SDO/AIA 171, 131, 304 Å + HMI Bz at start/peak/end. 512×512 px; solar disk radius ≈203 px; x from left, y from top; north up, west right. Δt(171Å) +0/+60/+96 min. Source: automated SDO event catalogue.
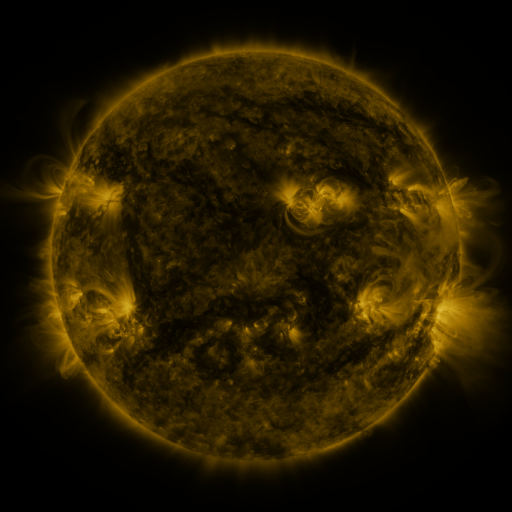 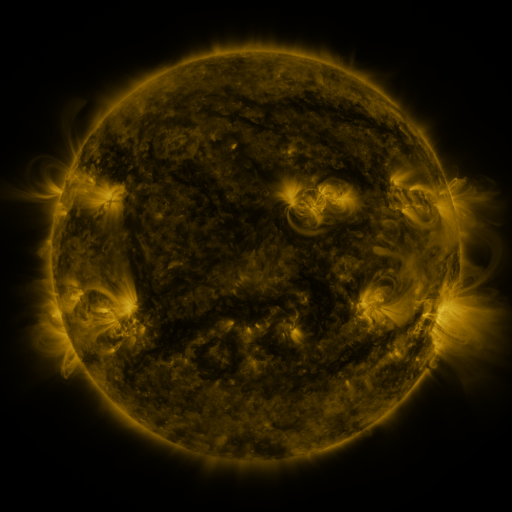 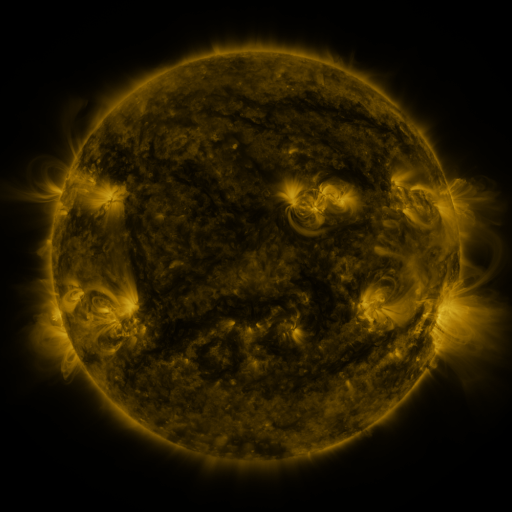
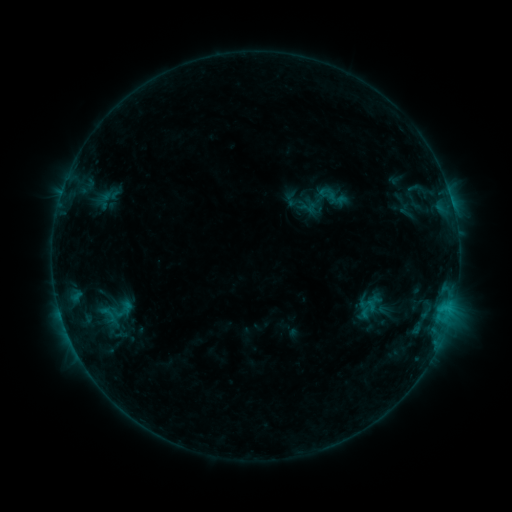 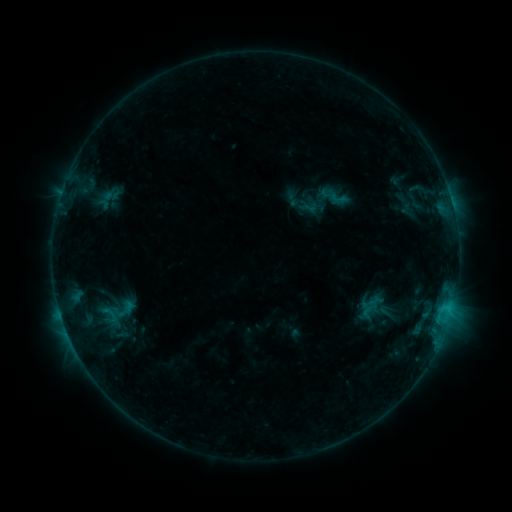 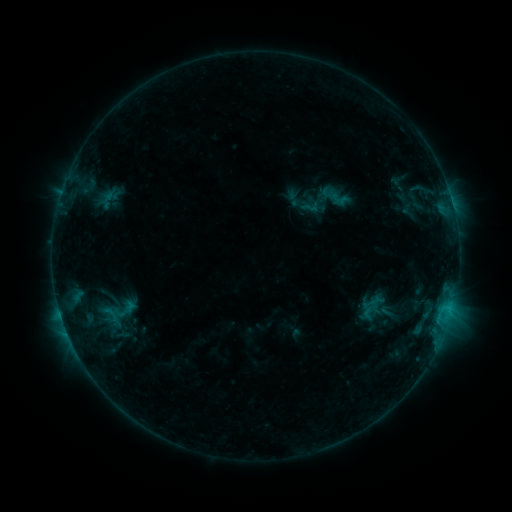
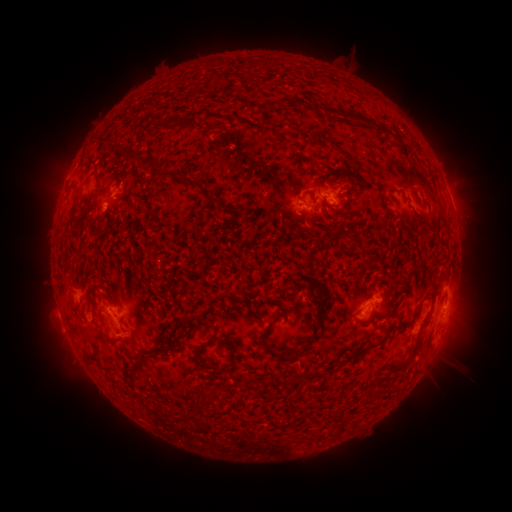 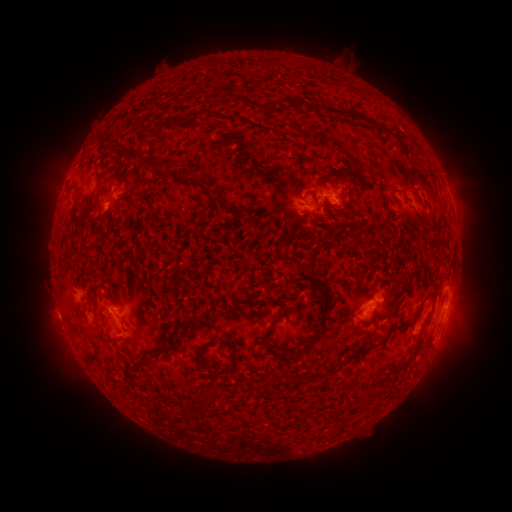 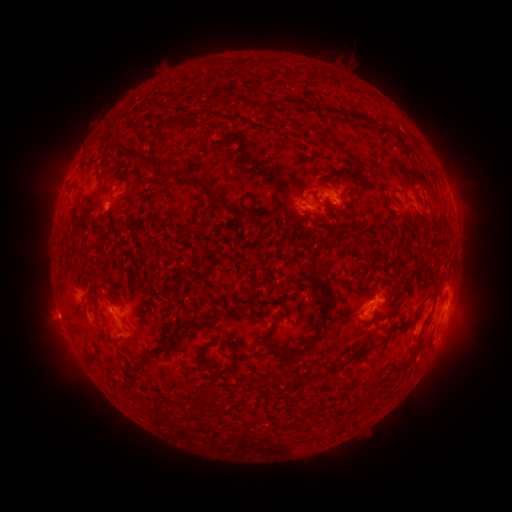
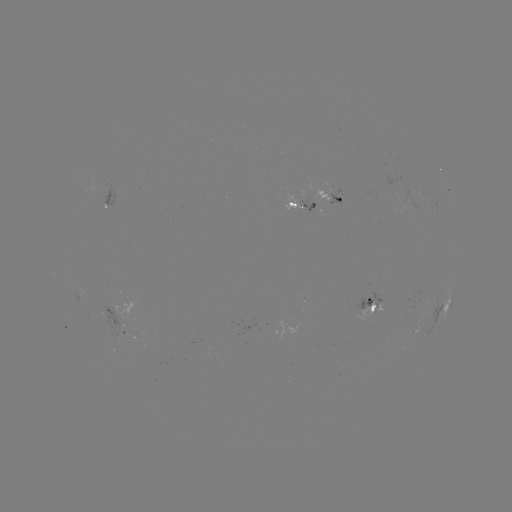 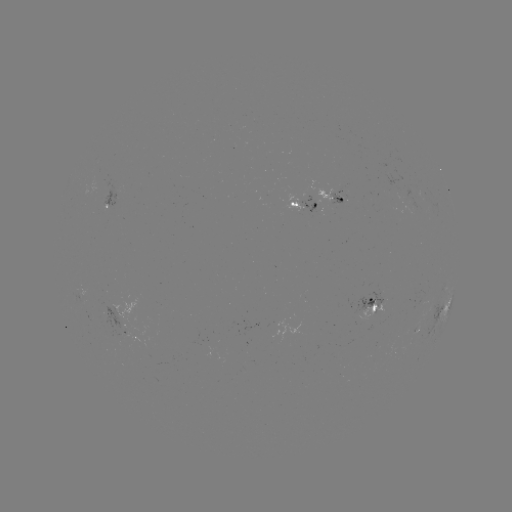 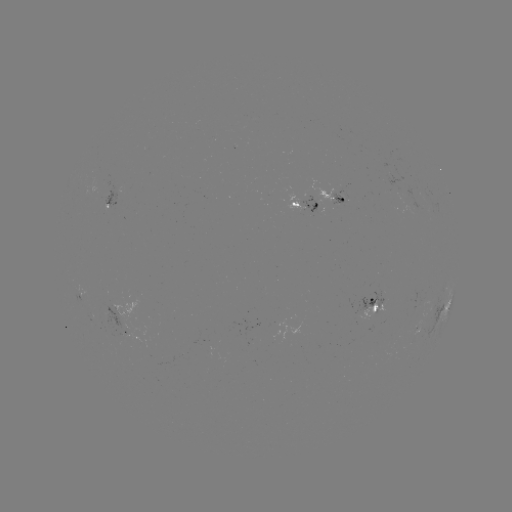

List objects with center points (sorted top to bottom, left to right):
emerging-flux region: (318, 211)
